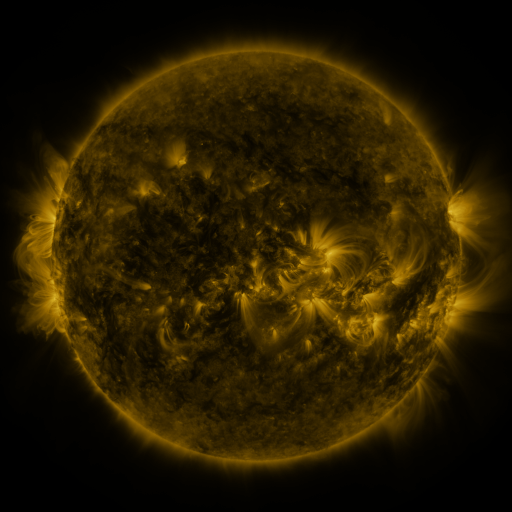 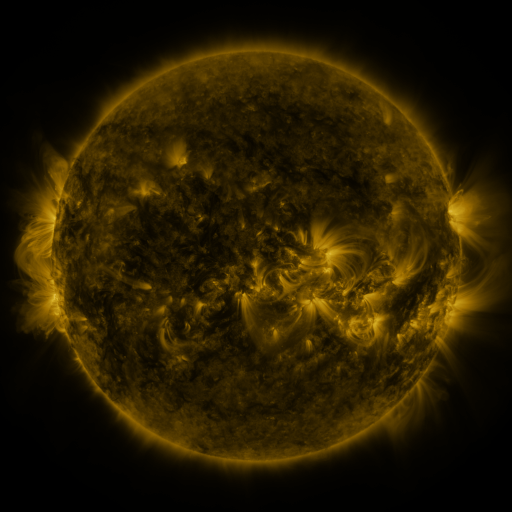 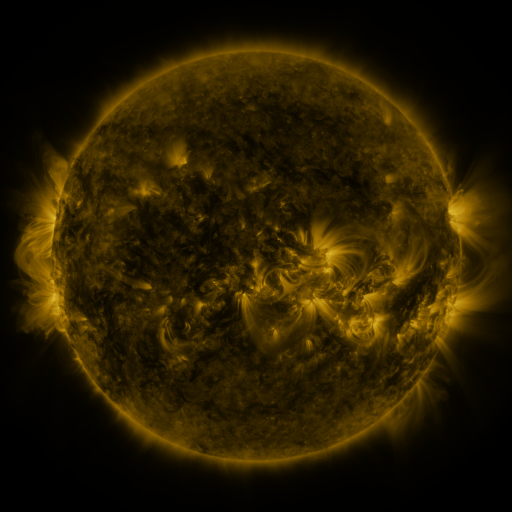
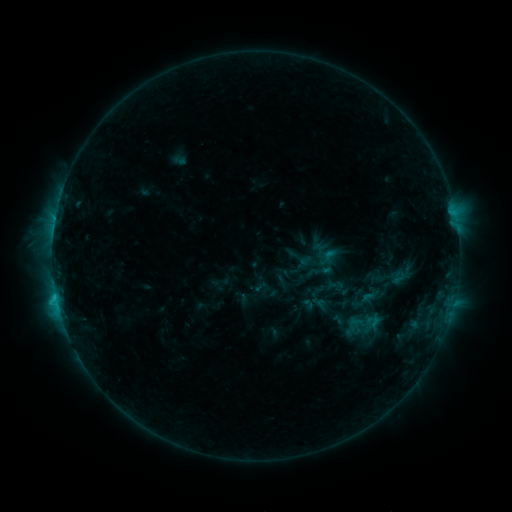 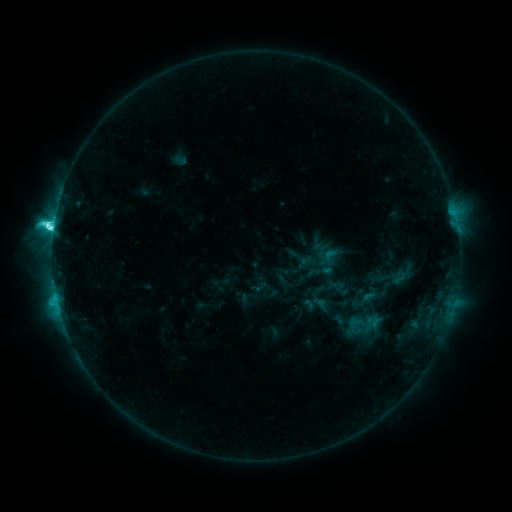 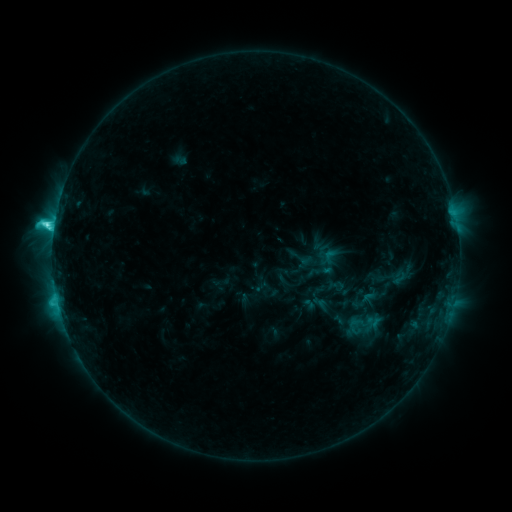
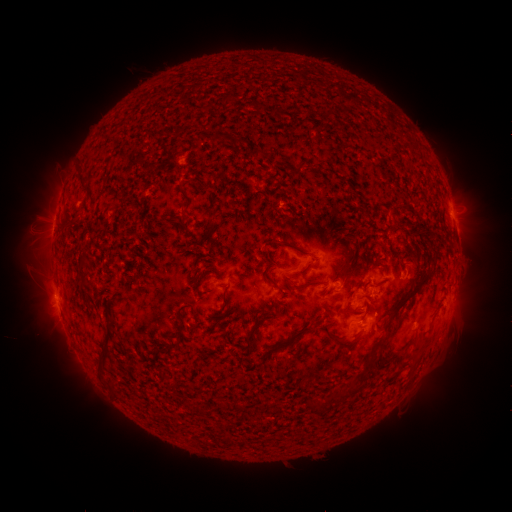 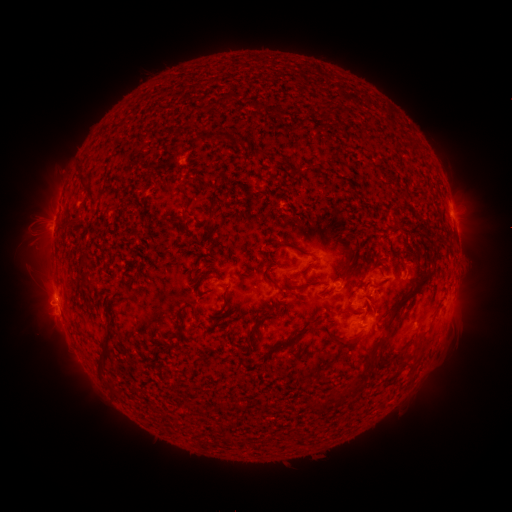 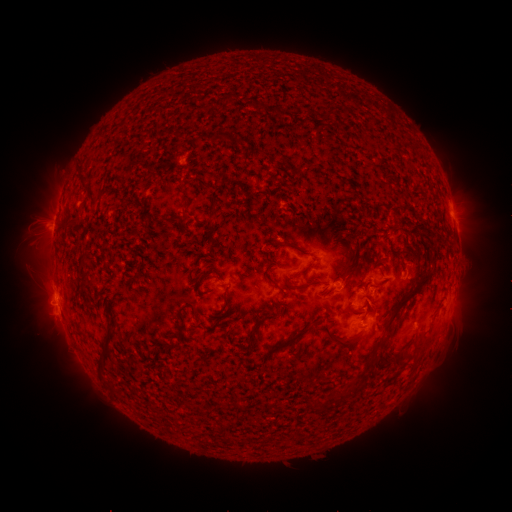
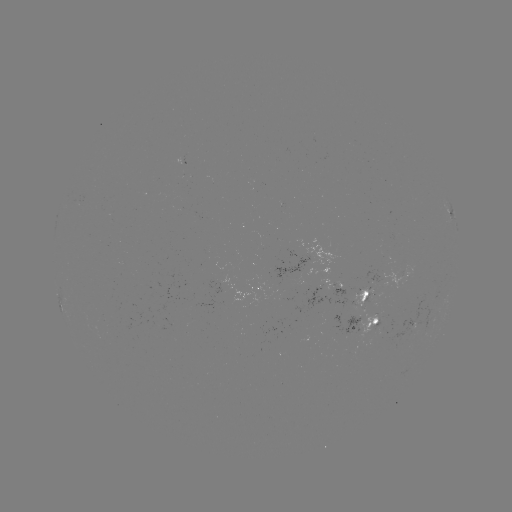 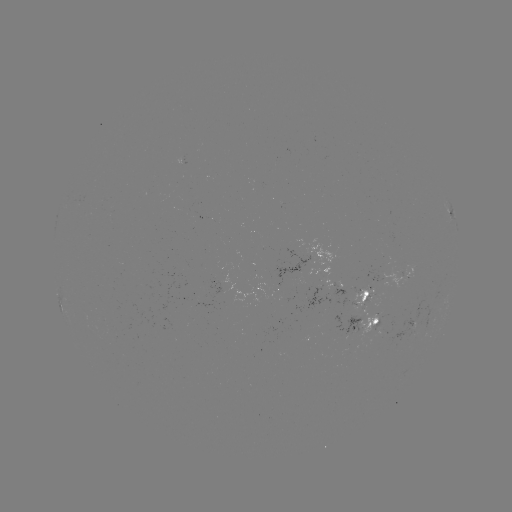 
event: flare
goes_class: C6.0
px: (54, 230)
